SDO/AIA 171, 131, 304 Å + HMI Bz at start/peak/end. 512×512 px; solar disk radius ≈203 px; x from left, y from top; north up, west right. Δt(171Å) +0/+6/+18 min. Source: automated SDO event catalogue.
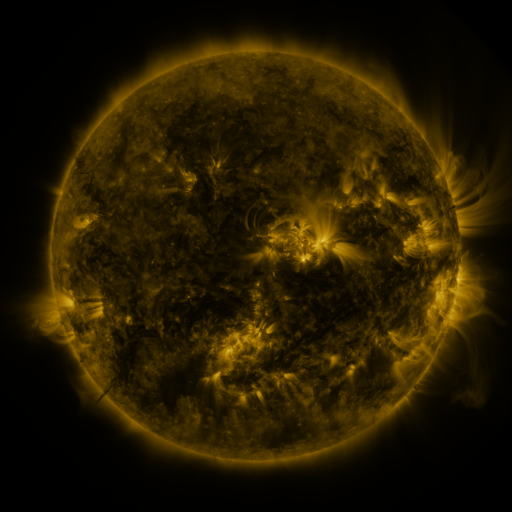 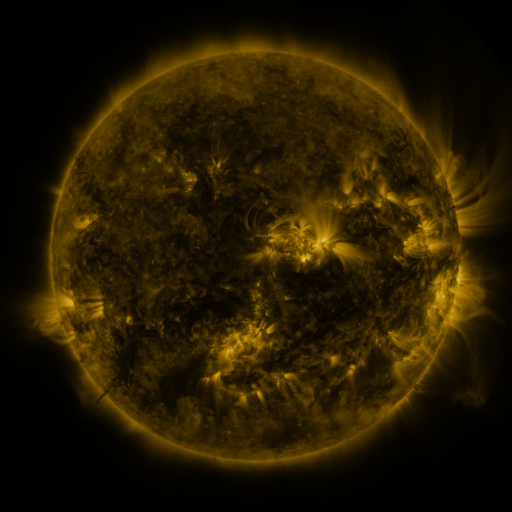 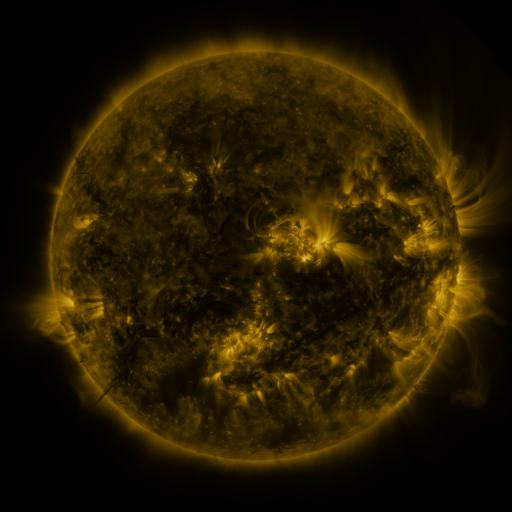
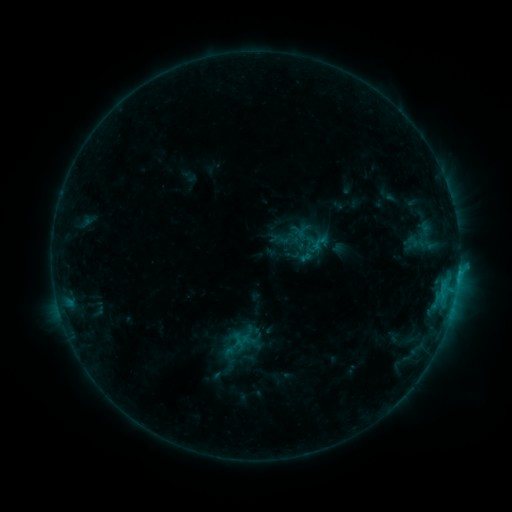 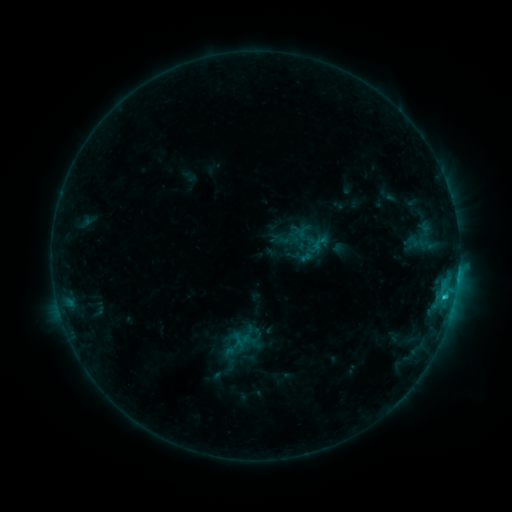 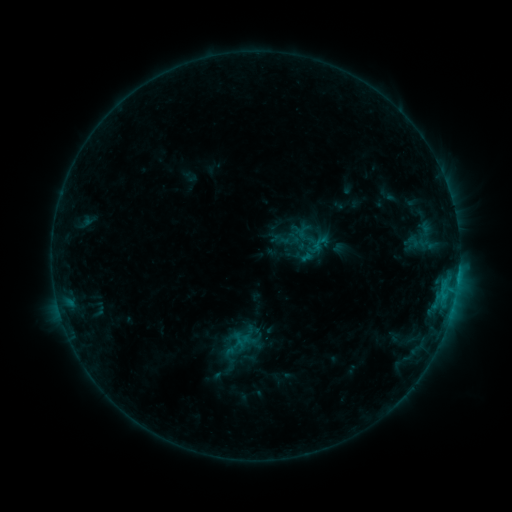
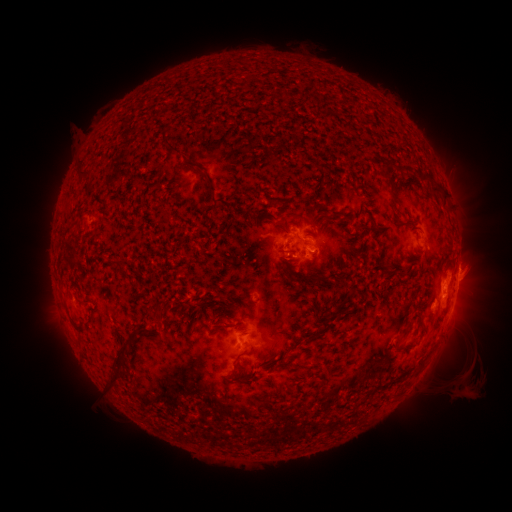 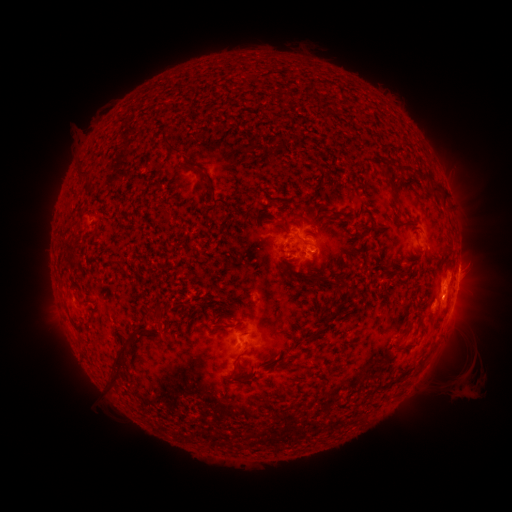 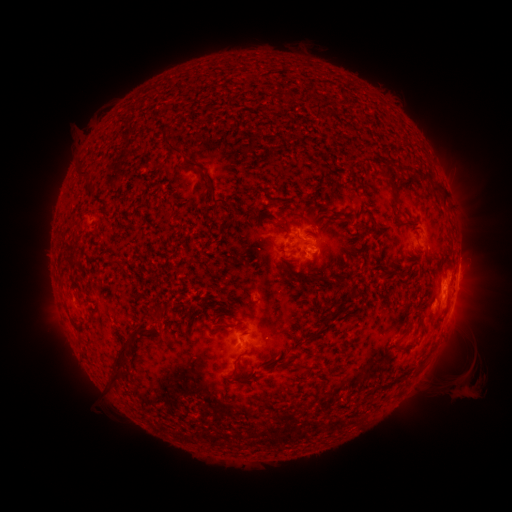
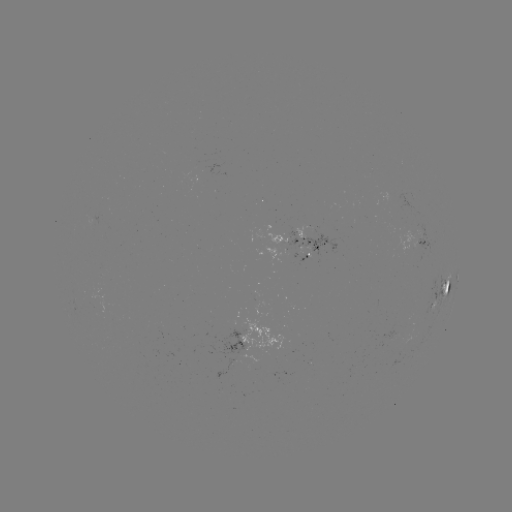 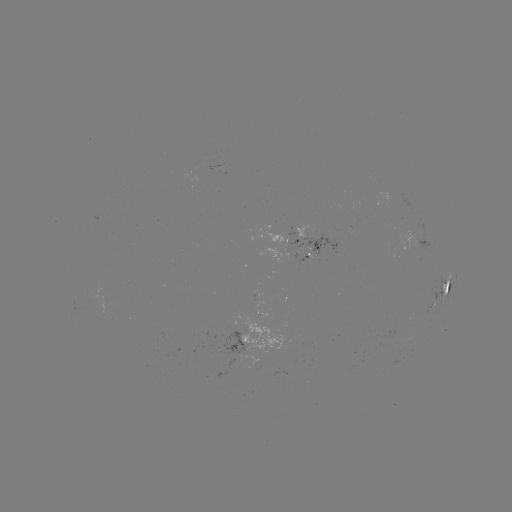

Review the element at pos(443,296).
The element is C1.3 flare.